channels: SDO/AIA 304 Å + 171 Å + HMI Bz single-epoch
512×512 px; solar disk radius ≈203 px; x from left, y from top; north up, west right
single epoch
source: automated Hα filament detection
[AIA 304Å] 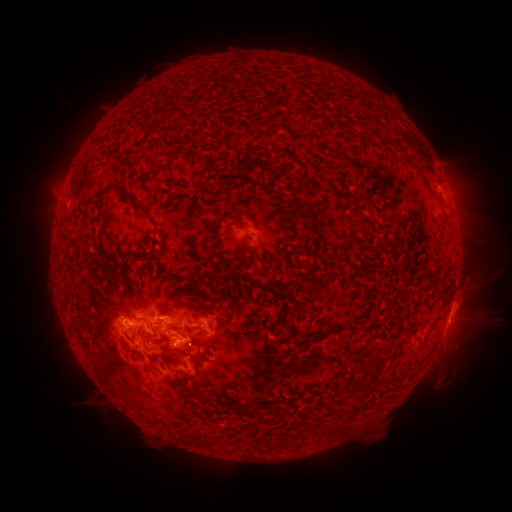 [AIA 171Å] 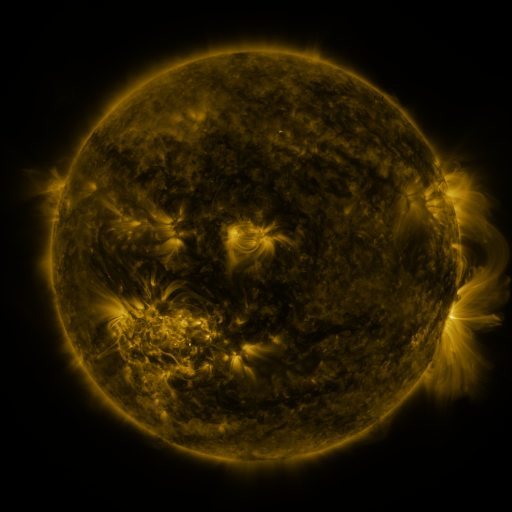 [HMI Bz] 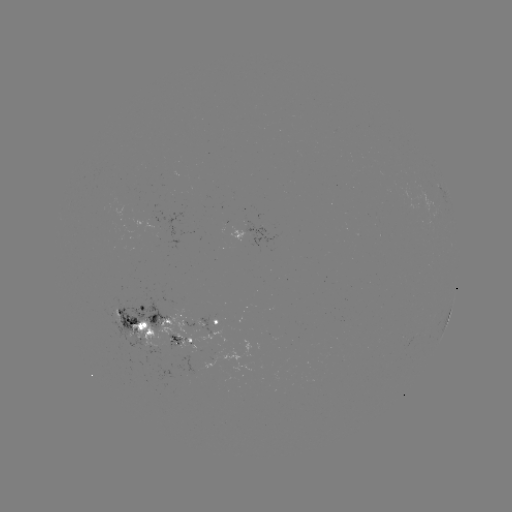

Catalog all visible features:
filament: (380, 136, 393, 144)
filament: (145, 163, 170, 175)
filament: (301, 183, 320, 193)
filament: (94, 185, 150, 219)
filament: (301, 204, 318, 220)
filament: (227, 217, 247, 233)
filament: (208, 220, 220, 249)
filament: (59, 221, 69, 234)
filament: (136, 252, 146, 258)
filament: (150, 253, 161, 268)
filament: (313, 284, 322, 296)
filament: (126, 285, 133, 295)
filament: (162, 302, 208, 317)
filament: (169, 324, 183, 333)
filament: (153, 325, 170, 339)
filament: (146, 330, 155, 338)
filament: (374, 347, 383, 356)
filament: (195, 352, 210, 372)
filament: (181, 387, 204, 401)
filament: (236, 407, 251, 416)
filament: (326, 421, 356, 433)
filament: (204, 437, 217, 447)
